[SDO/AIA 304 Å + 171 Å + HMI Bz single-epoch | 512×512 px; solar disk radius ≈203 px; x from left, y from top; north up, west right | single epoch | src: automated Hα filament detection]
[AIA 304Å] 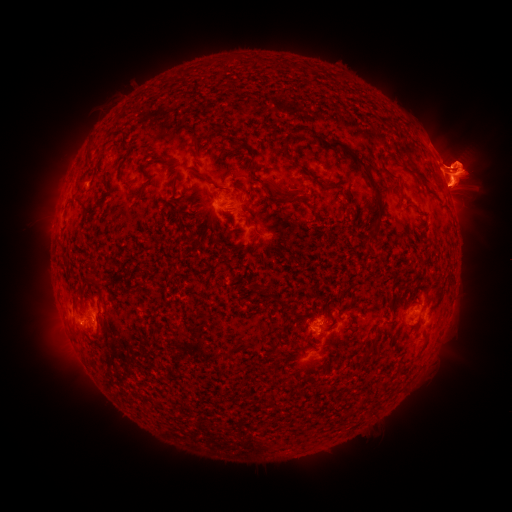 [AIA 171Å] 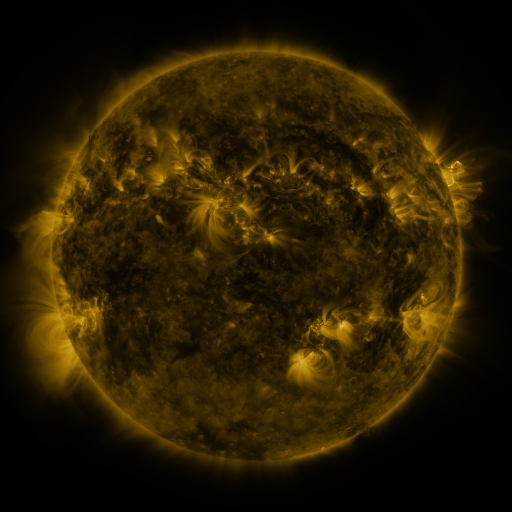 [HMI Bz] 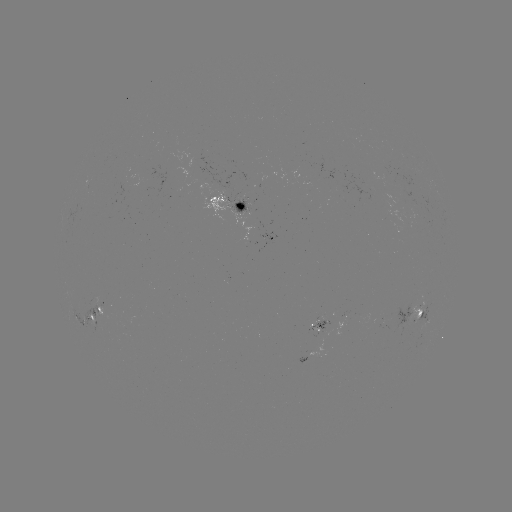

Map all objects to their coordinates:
filament: (310, 135, 342, 151)
filament: (346, 151, 383, 209)
filament: (410, 167, 431, 188)
filament: (382, 168, 397, 183)
filament: (259, 180, 279, 201)
filament: (185, 207, 201, 215)
filament: (372, 219, 381, 236)
filament: (257, 287, 266, 295)
